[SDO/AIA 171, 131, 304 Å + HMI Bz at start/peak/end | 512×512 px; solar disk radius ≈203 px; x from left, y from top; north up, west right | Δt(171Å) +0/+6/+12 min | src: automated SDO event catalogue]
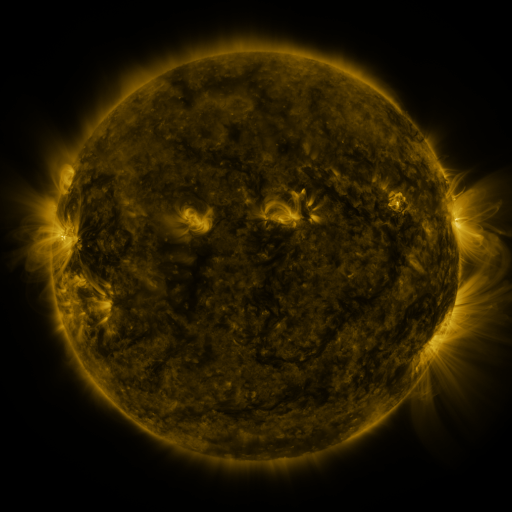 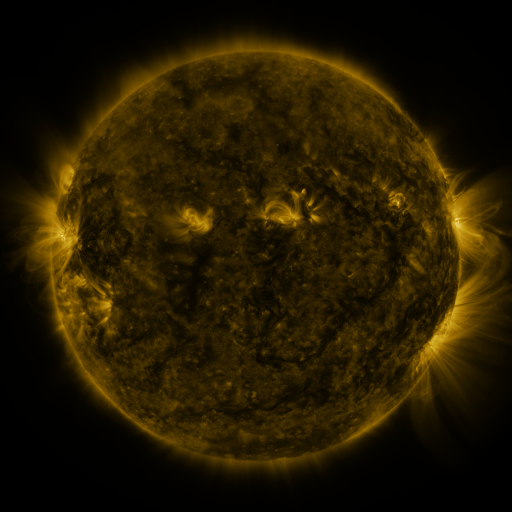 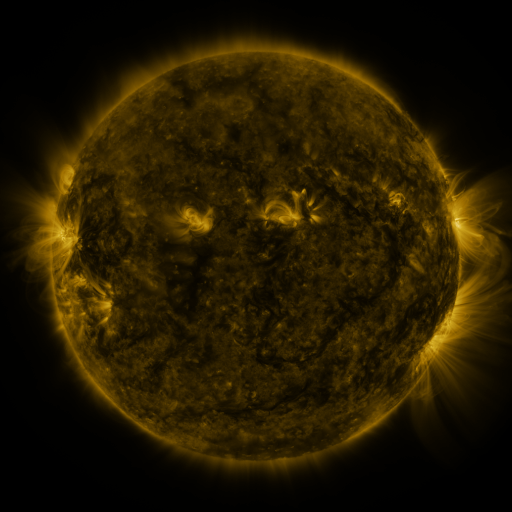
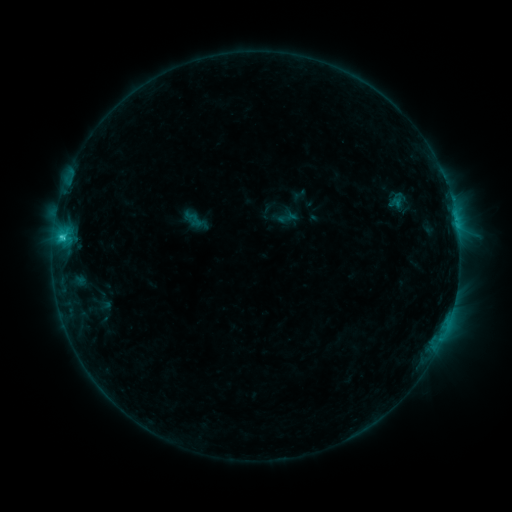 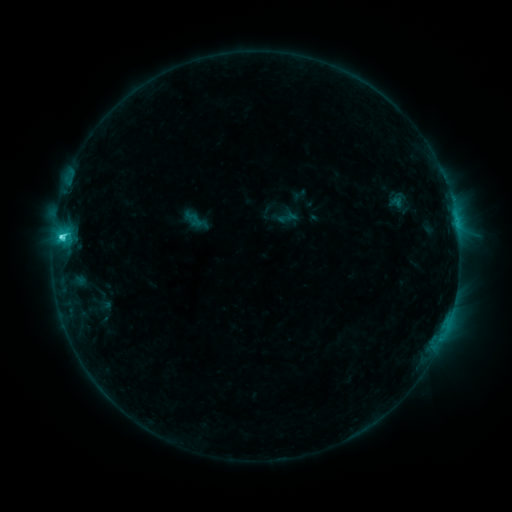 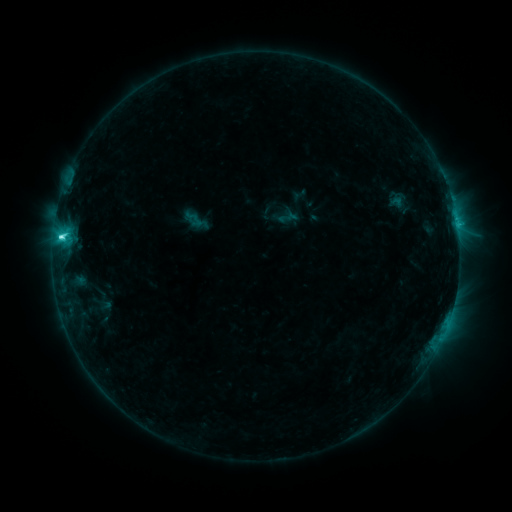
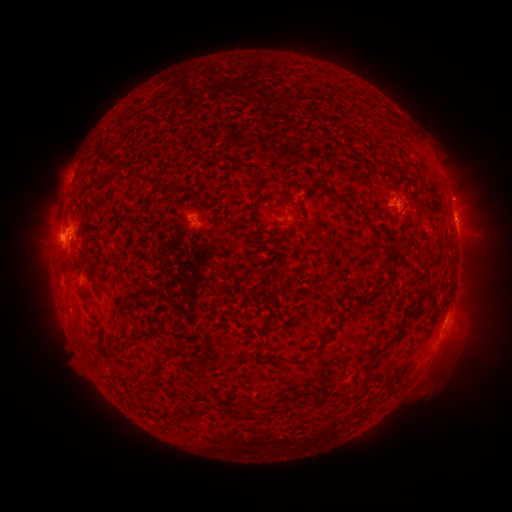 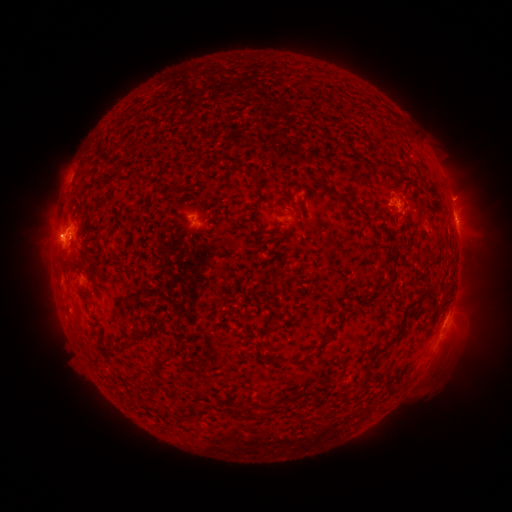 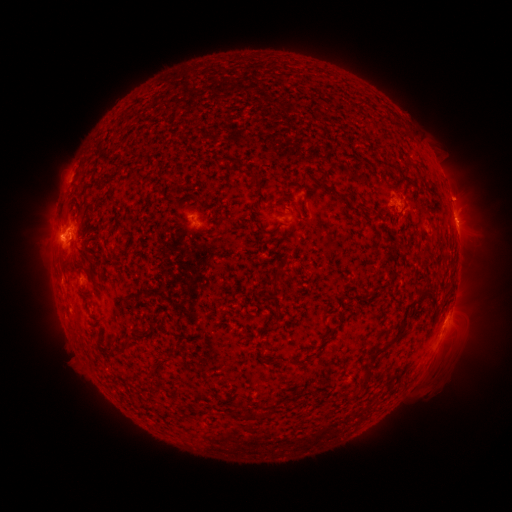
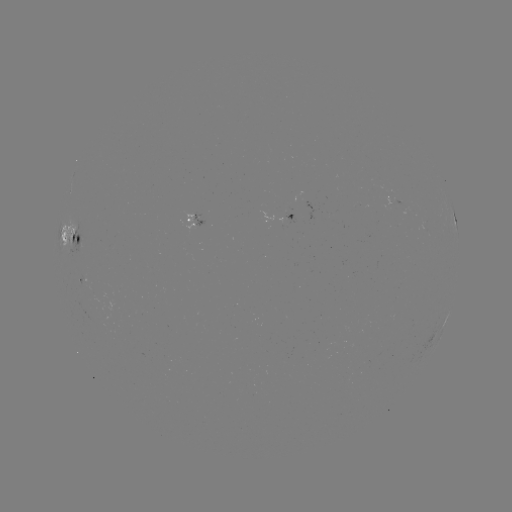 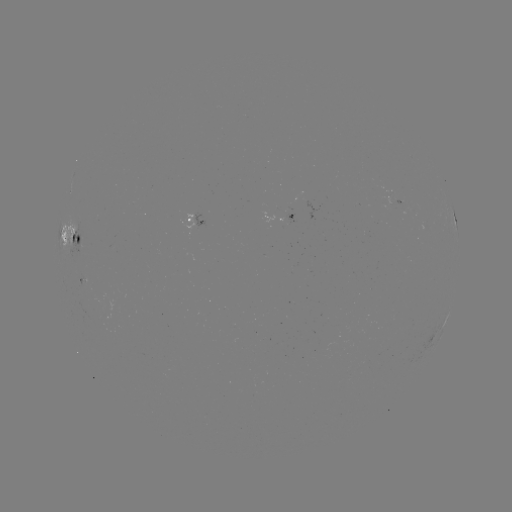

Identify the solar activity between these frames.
C3.9 flare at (61, 239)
